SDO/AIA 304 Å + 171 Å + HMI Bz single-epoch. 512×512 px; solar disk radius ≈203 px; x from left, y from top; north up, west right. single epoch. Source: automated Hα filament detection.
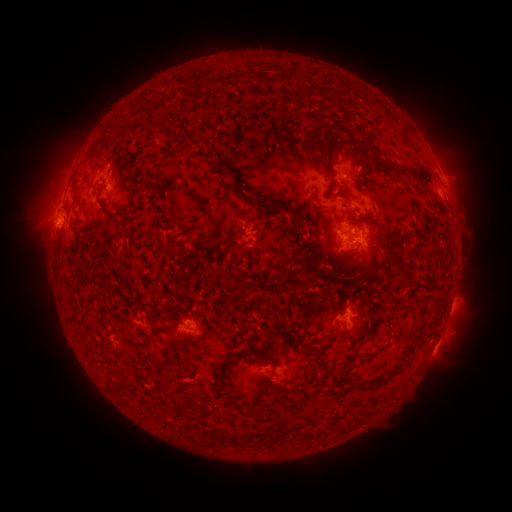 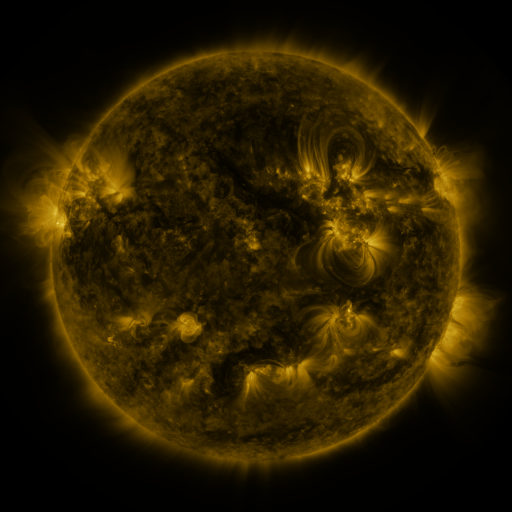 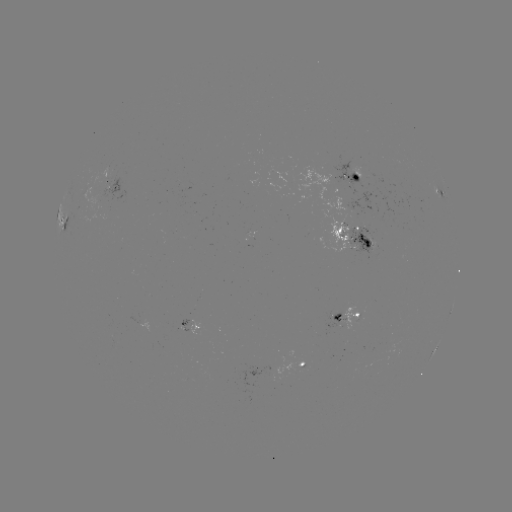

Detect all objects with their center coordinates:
filament: (333, 154)
filament: (360, 163)
filament: (404, 171)
filament: (262, 214)
filament: (129, 218)
filament: (368, 221)
filament: (367, 244)
filament: (396, 262)
filament: (389, 282)
filament: (432, 325)
filament: (142, 375)
filament: (380, 382)
filament: (234, 441)
